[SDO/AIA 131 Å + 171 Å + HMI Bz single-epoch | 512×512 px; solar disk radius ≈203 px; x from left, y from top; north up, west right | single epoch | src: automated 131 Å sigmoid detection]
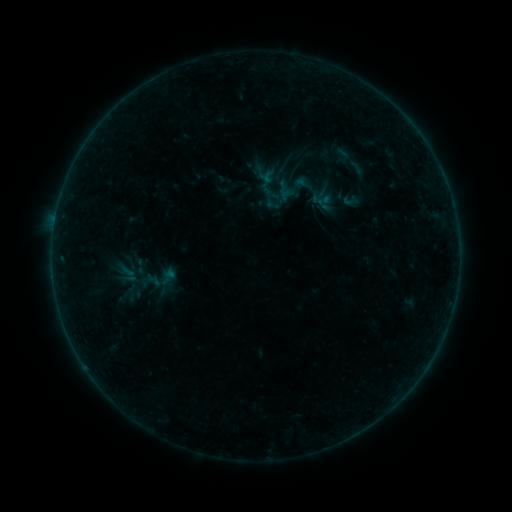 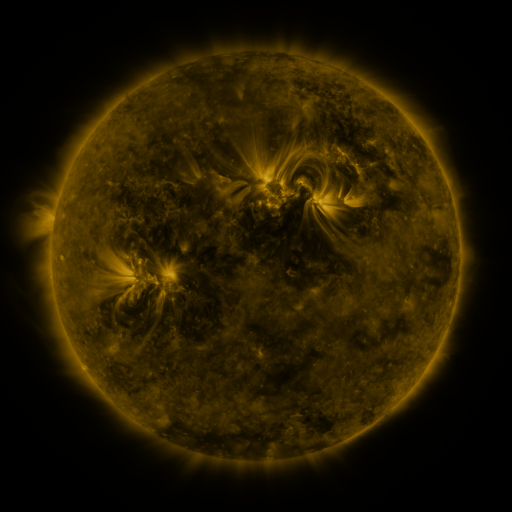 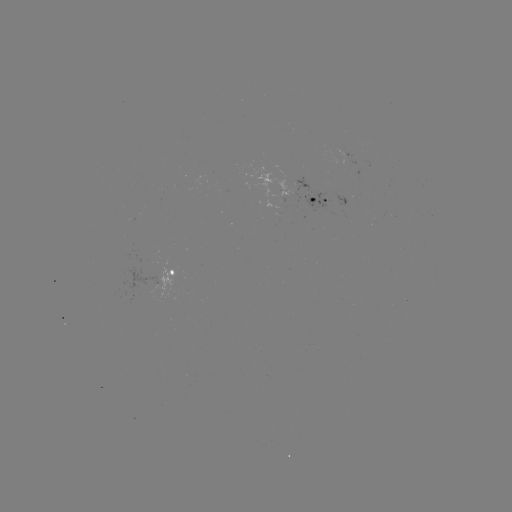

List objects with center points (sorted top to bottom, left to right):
sigmoid: (131, 262)
sigmoid: (160, 278)
